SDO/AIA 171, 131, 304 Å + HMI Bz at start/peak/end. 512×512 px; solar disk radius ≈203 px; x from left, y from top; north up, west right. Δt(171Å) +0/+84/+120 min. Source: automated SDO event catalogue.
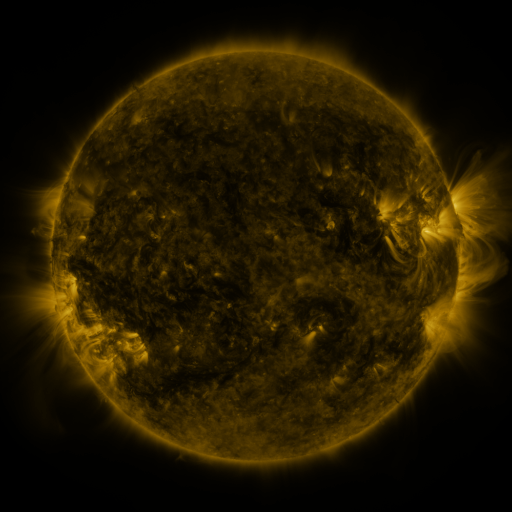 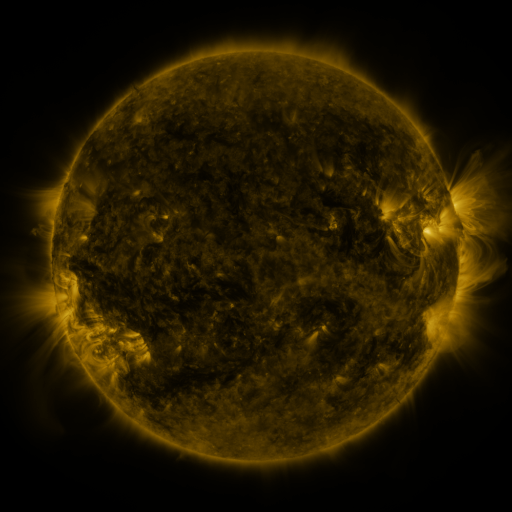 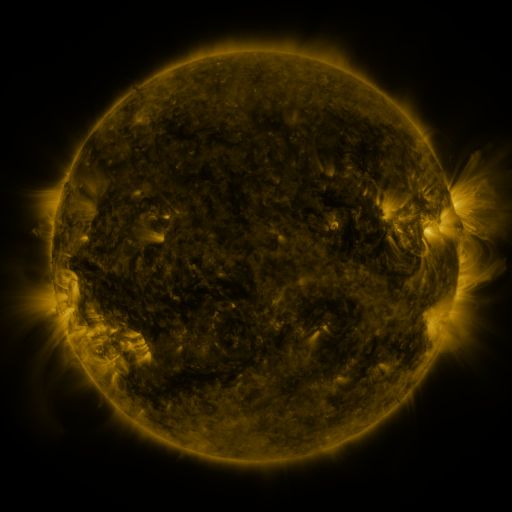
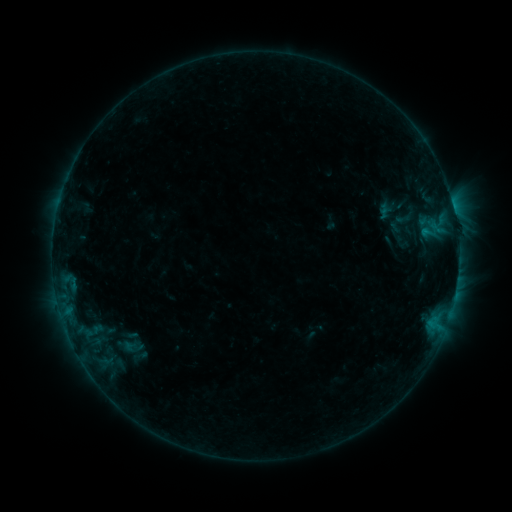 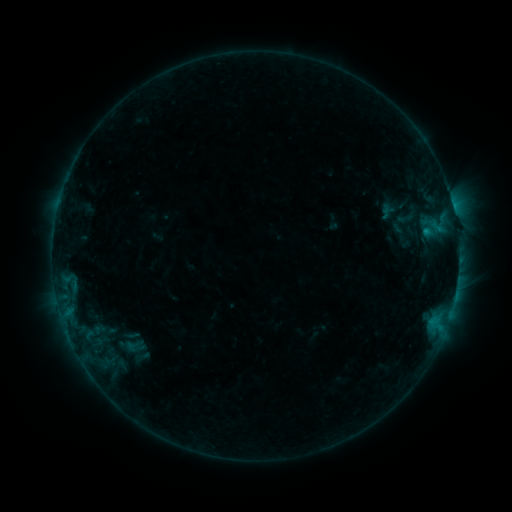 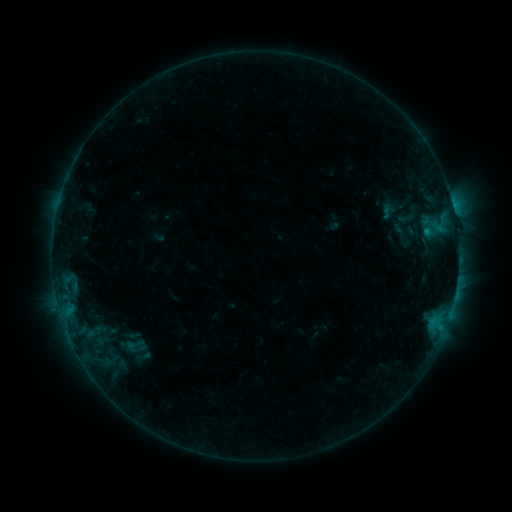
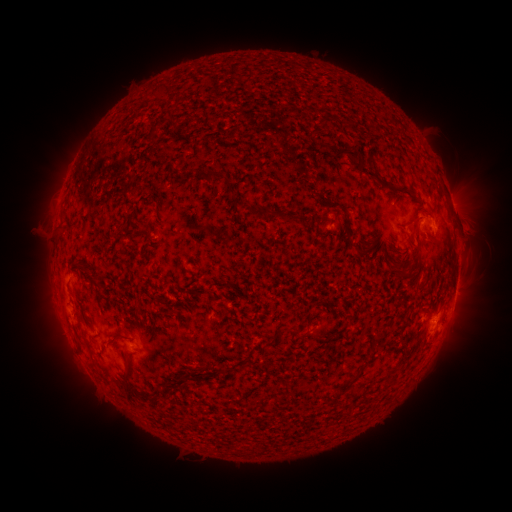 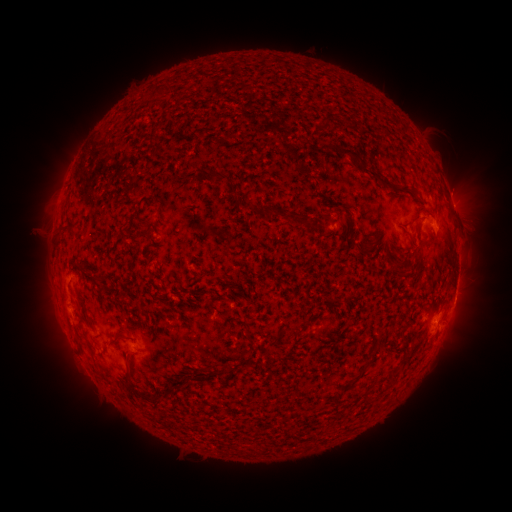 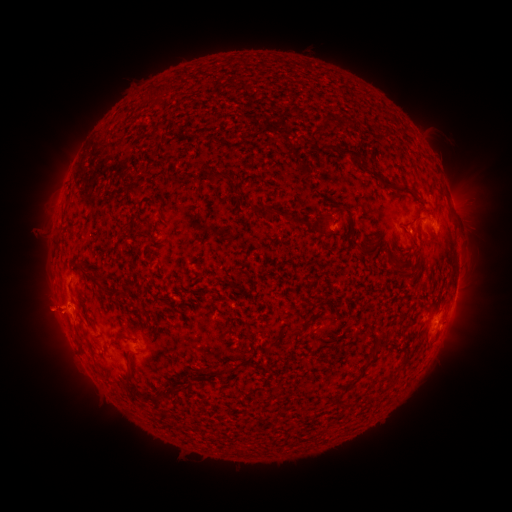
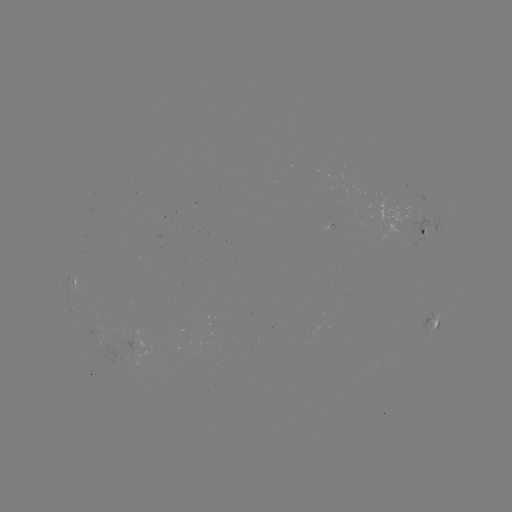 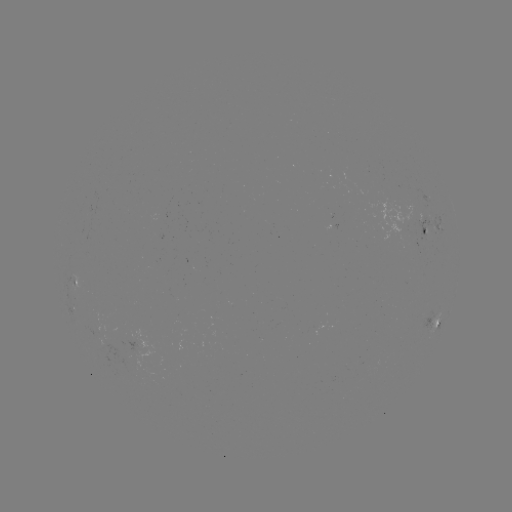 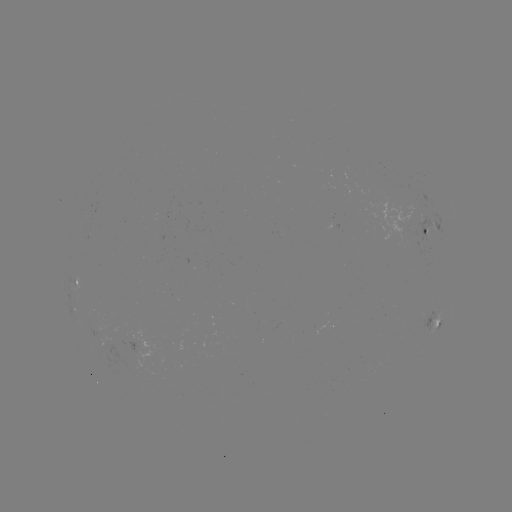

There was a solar emerging-flux region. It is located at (131, 351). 